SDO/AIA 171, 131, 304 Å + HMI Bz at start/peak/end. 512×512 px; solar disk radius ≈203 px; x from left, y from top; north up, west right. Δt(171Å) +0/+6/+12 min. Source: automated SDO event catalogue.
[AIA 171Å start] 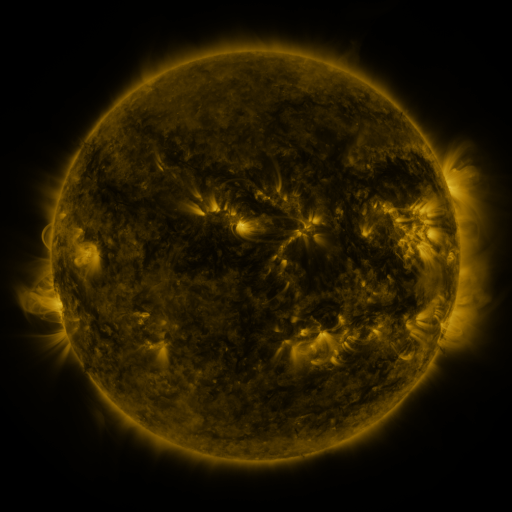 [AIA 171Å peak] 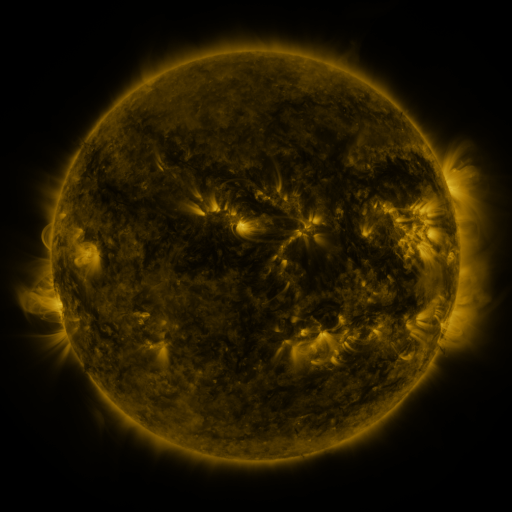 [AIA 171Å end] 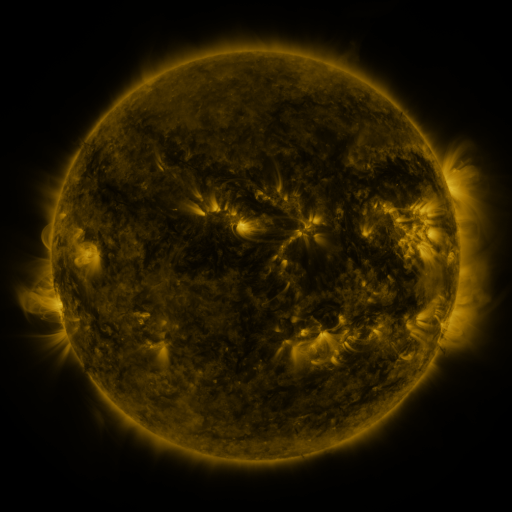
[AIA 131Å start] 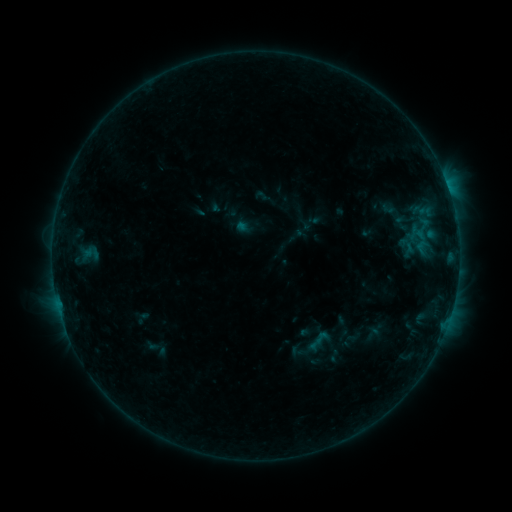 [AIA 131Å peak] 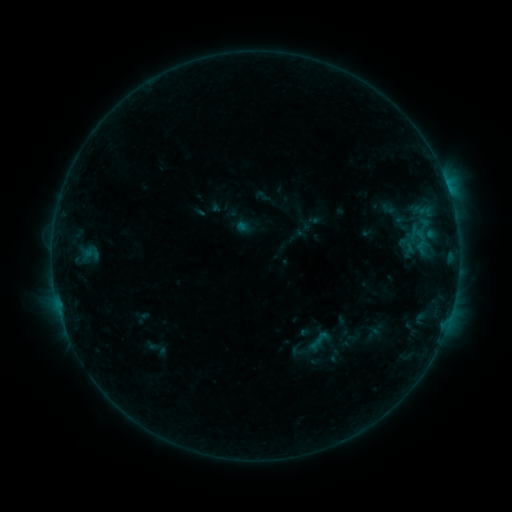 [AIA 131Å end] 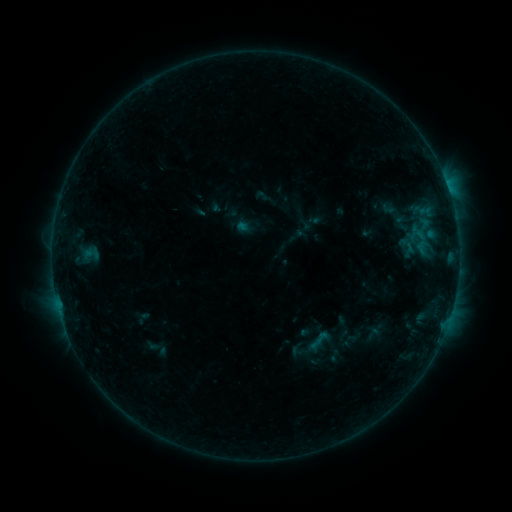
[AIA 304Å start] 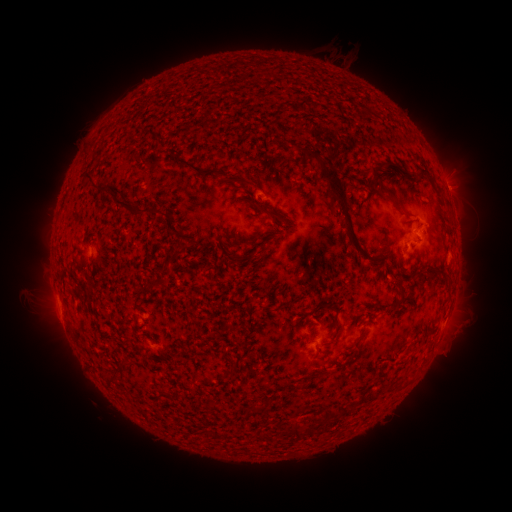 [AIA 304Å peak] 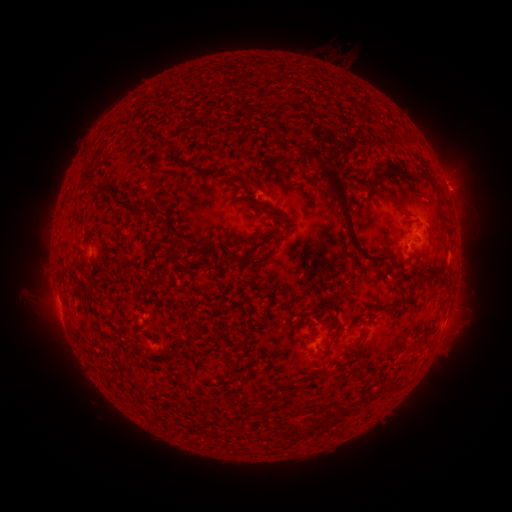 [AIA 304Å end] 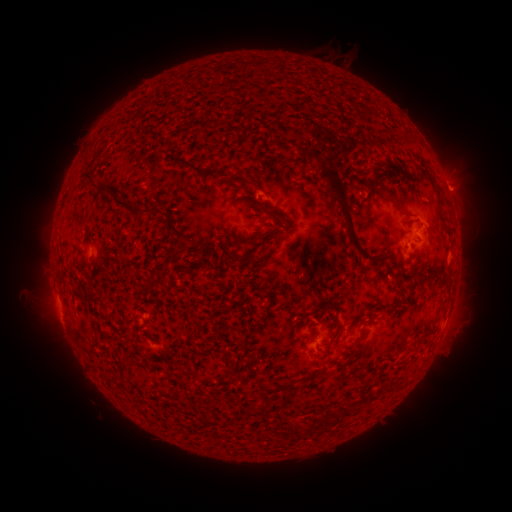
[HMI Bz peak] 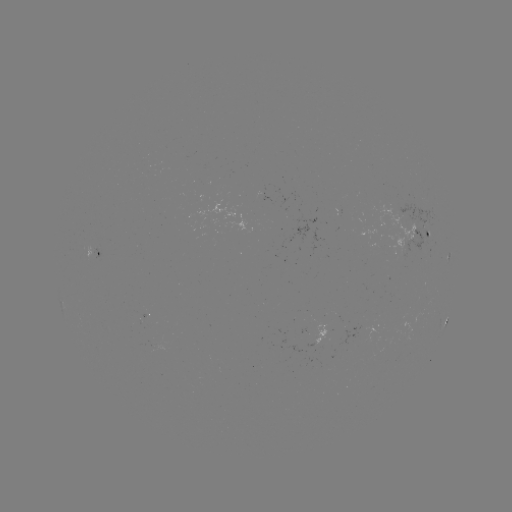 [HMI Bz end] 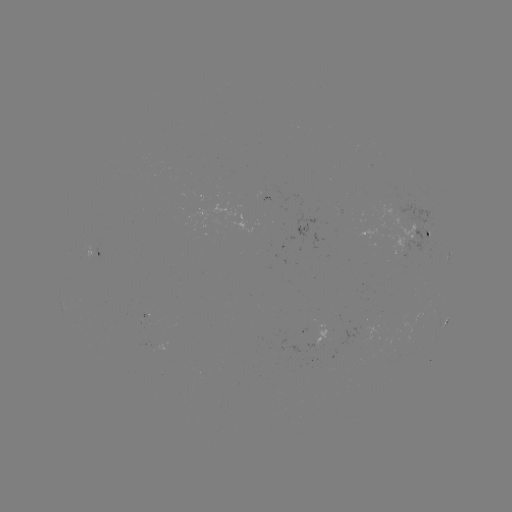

no catalogued flare and no flagged EUV brightening in this window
